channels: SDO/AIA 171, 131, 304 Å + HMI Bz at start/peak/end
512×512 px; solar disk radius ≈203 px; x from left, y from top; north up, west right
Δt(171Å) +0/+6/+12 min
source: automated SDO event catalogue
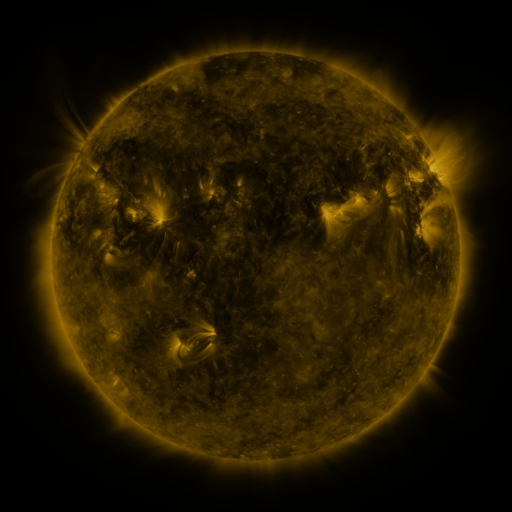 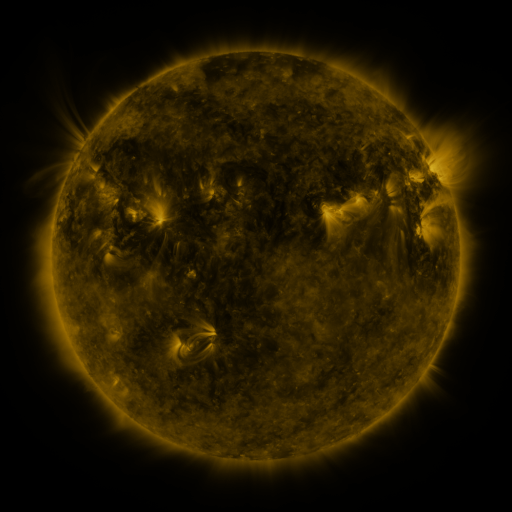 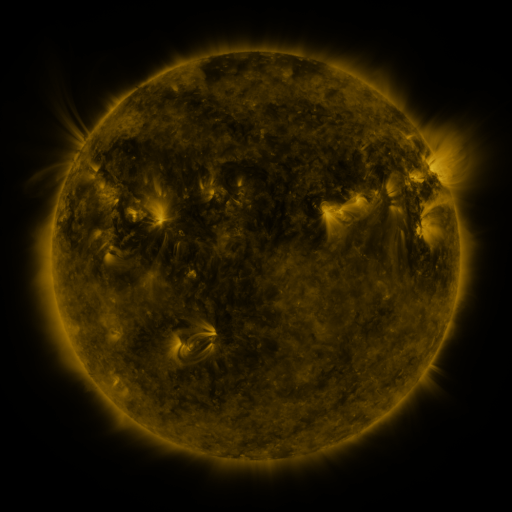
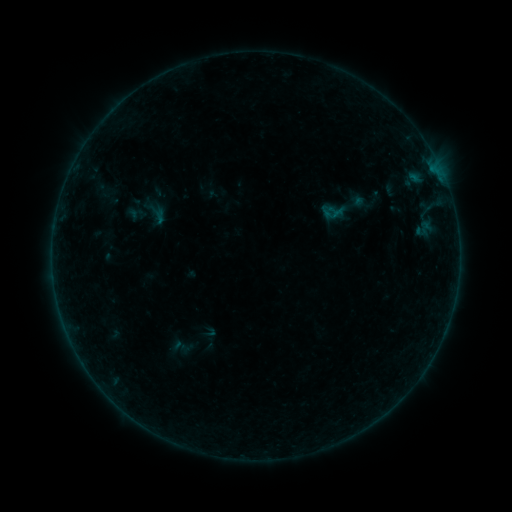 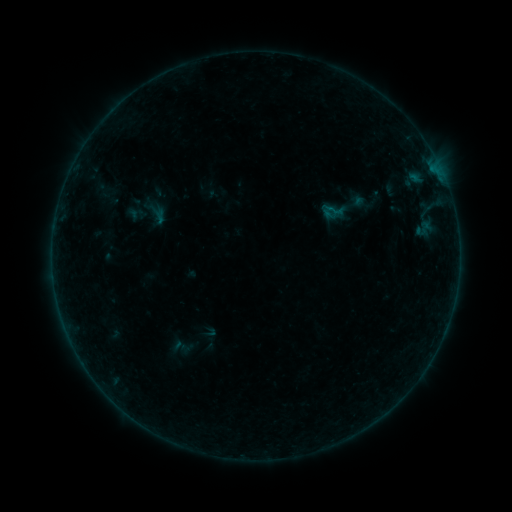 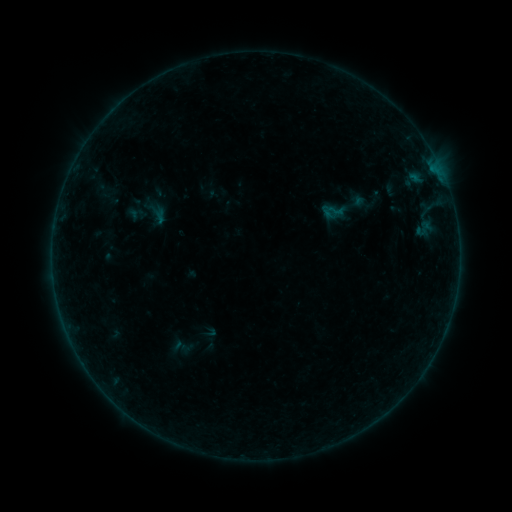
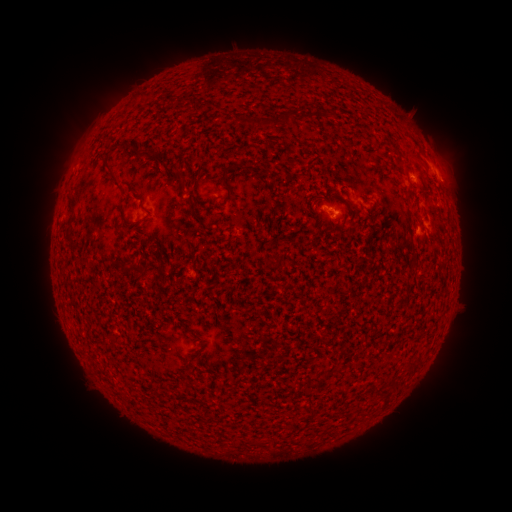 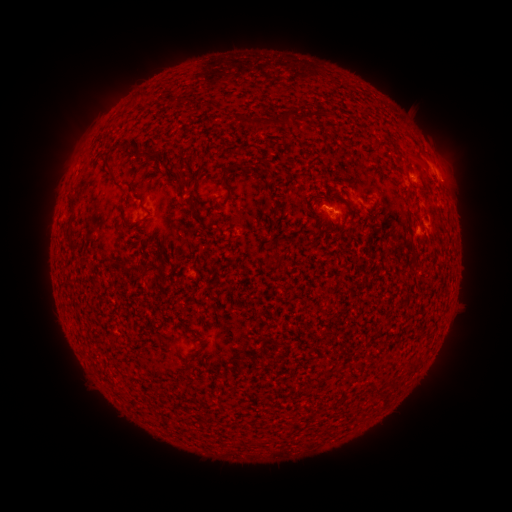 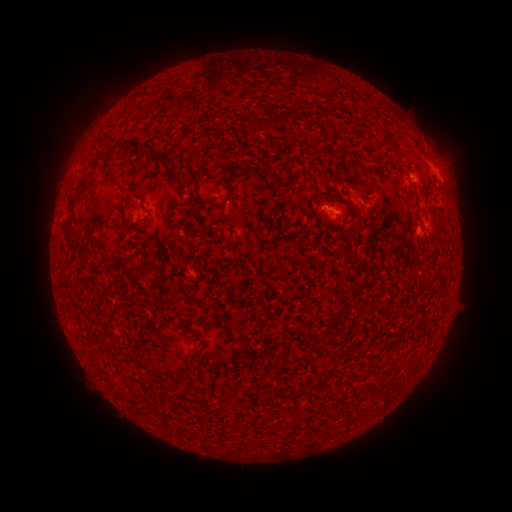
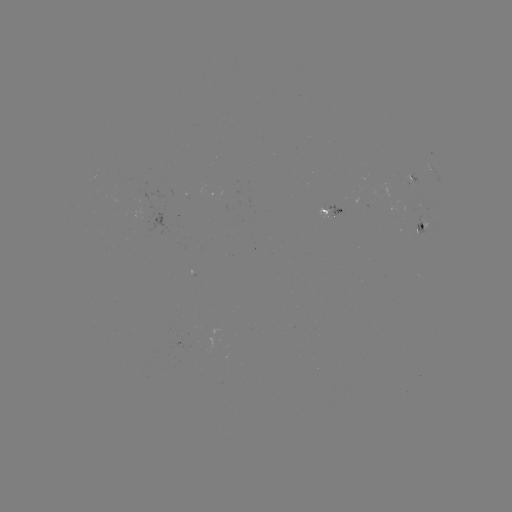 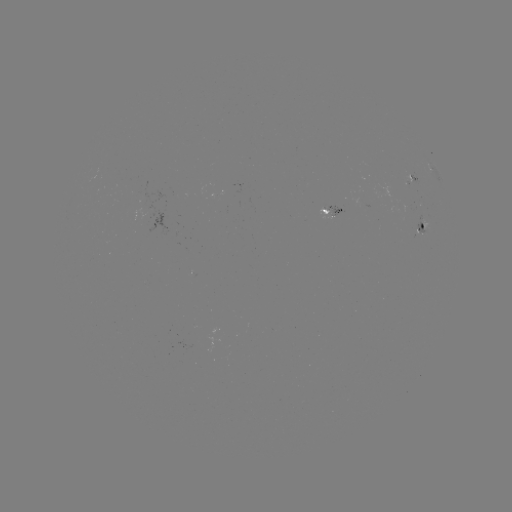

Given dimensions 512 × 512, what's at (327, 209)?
B1.2 flare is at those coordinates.